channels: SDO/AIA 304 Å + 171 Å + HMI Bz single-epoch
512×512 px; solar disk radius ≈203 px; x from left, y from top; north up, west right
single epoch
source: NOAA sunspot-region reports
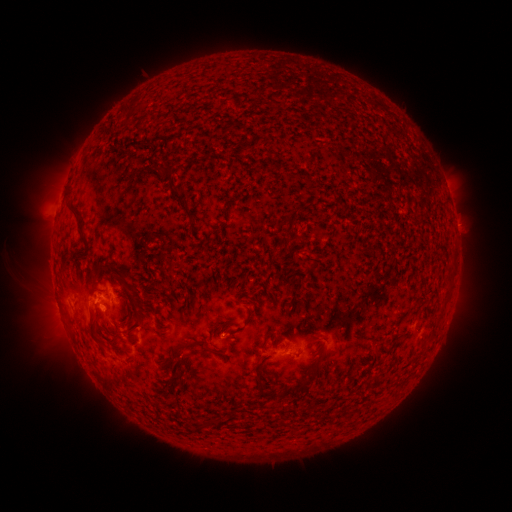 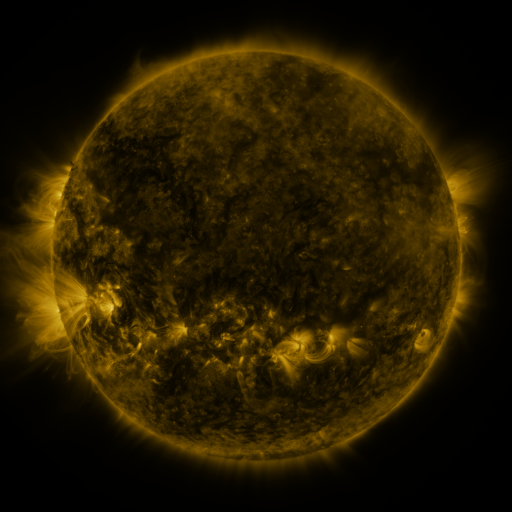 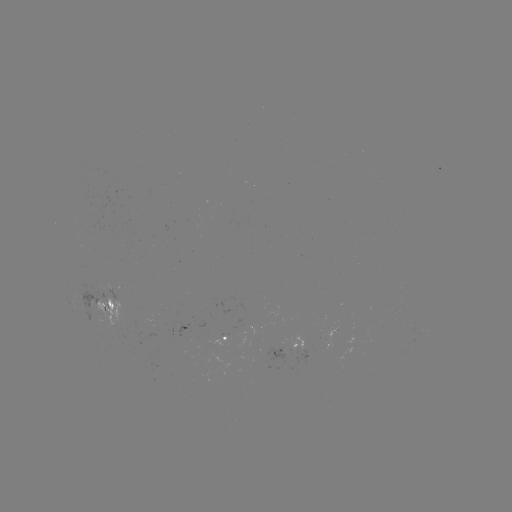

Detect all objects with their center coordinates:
spotted active region: (106, 304)
spotted active region: (232, 335)
spotted active region: (292, 347)
